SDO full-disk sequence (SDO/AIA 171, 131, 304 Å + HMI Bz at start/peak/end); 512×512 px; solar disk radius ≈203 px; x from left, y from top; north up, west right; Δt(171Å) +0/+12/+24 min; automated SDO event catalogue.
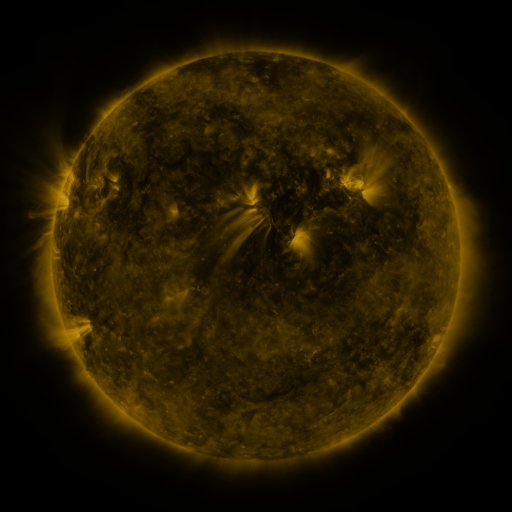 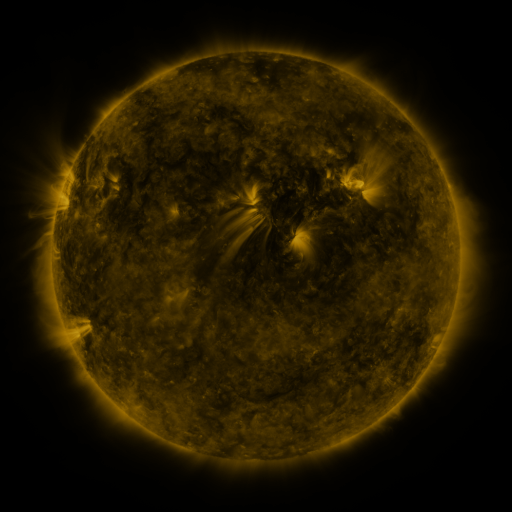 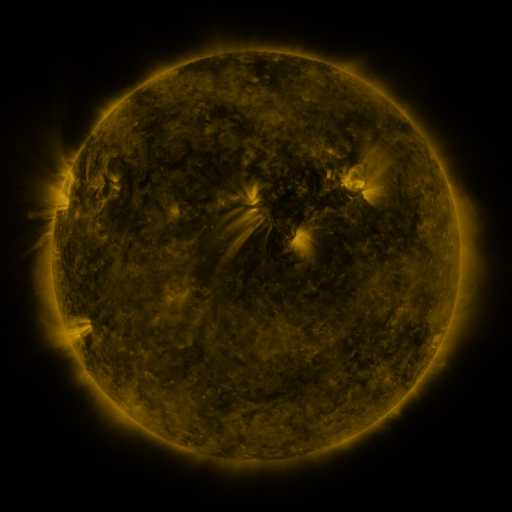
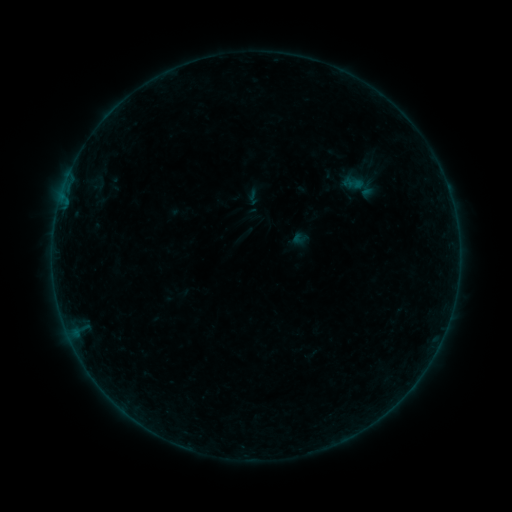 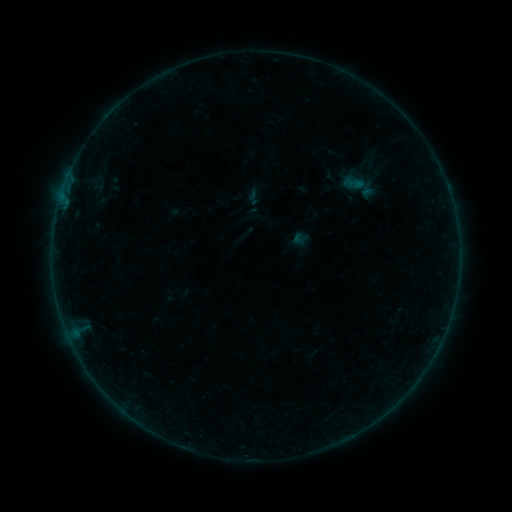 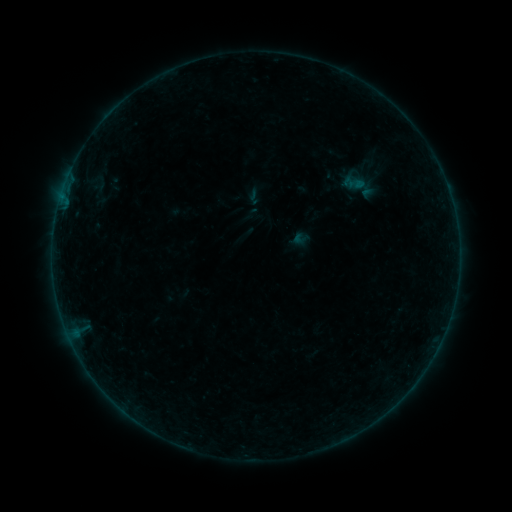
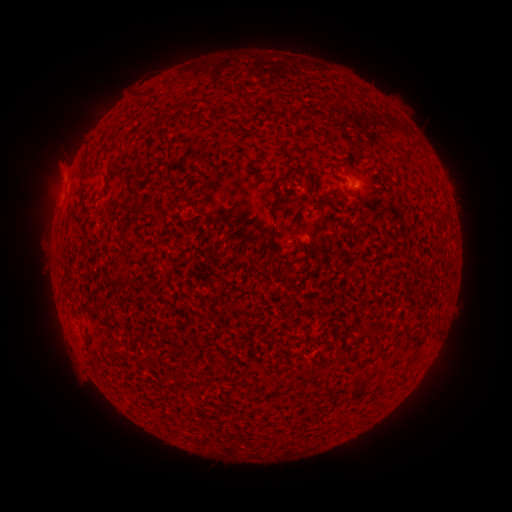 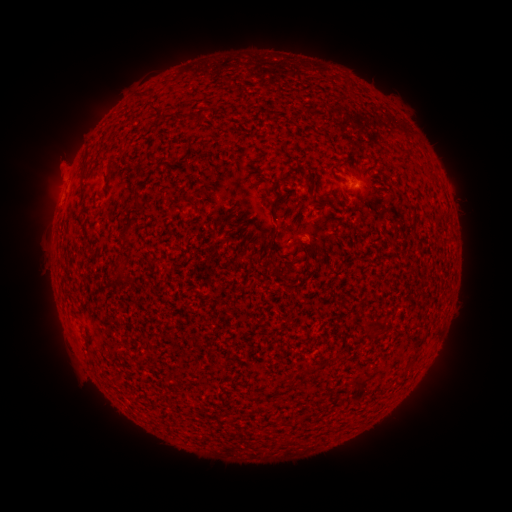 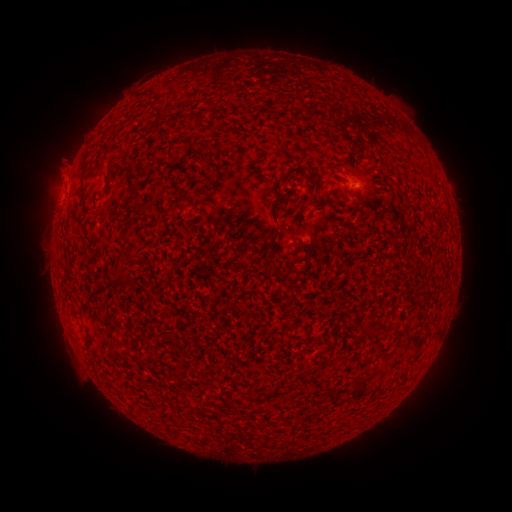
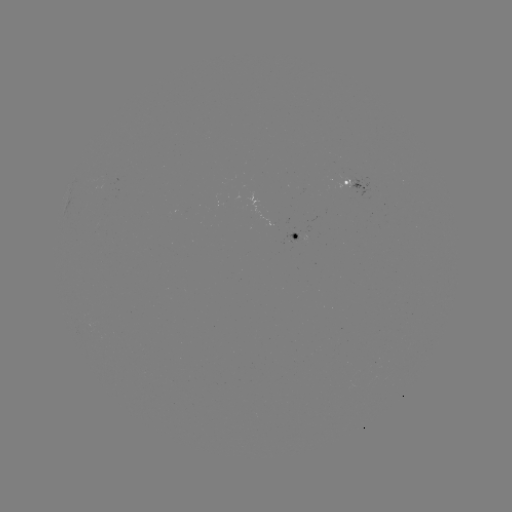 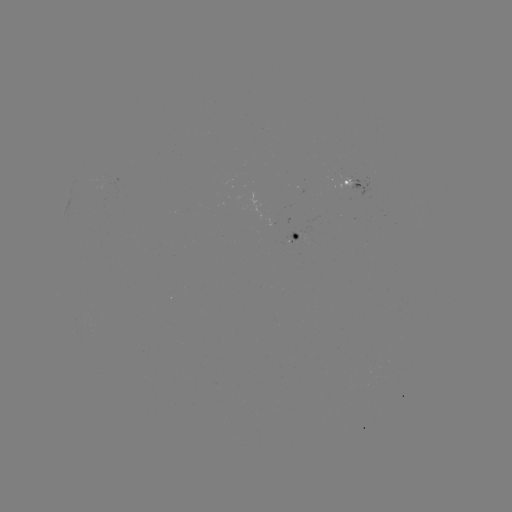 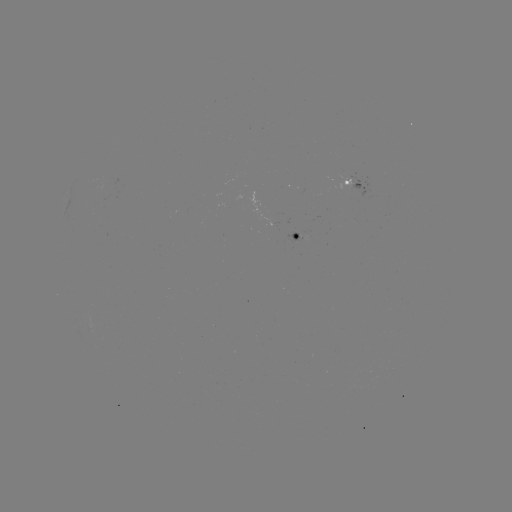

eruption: [35, 143, 78, 186]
